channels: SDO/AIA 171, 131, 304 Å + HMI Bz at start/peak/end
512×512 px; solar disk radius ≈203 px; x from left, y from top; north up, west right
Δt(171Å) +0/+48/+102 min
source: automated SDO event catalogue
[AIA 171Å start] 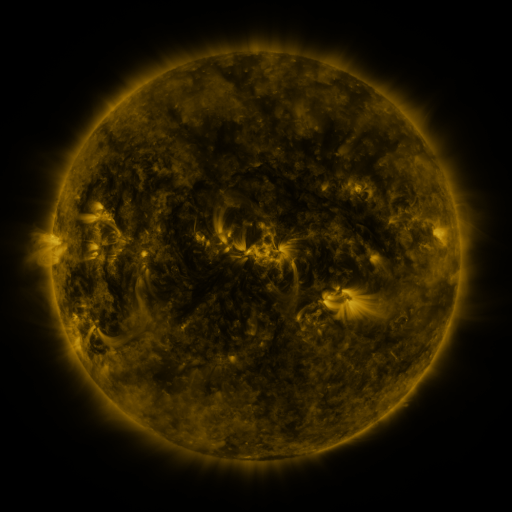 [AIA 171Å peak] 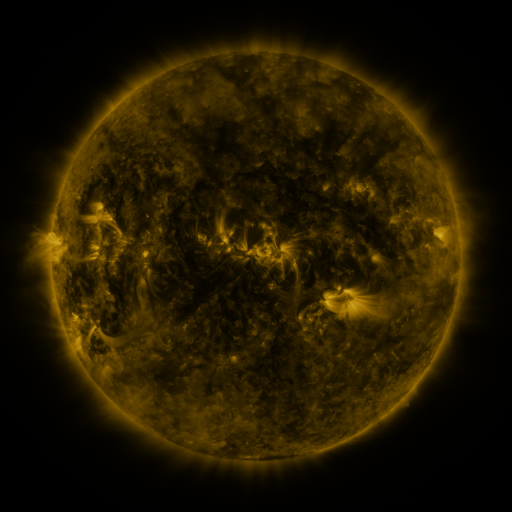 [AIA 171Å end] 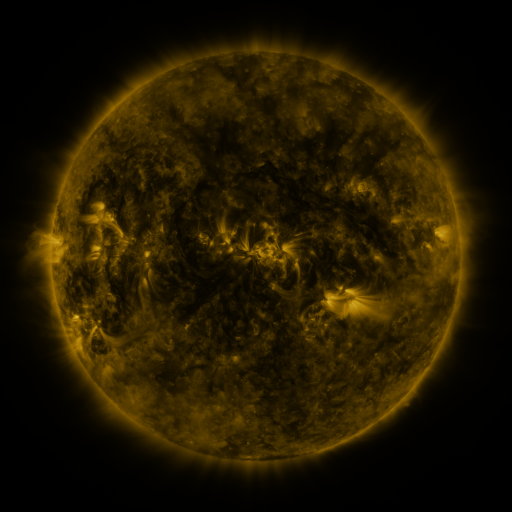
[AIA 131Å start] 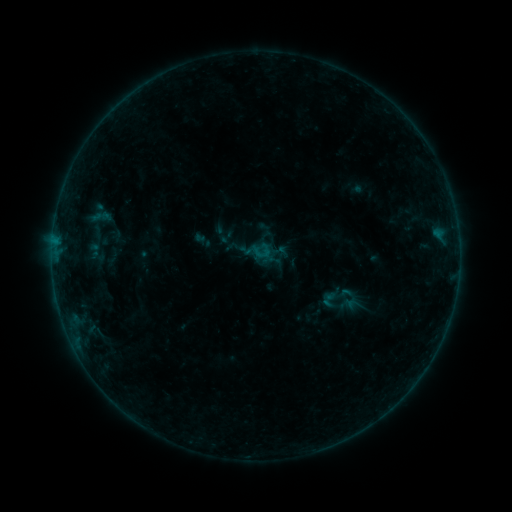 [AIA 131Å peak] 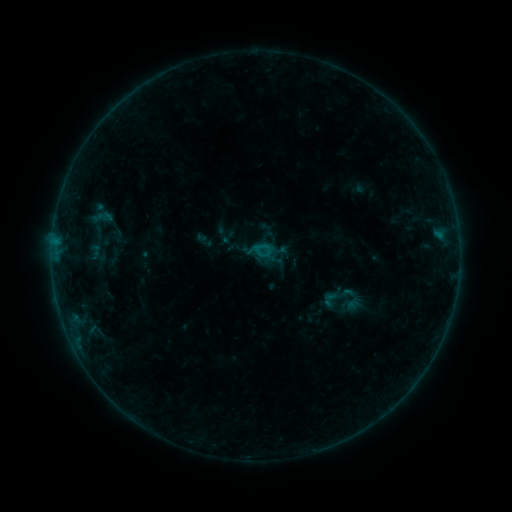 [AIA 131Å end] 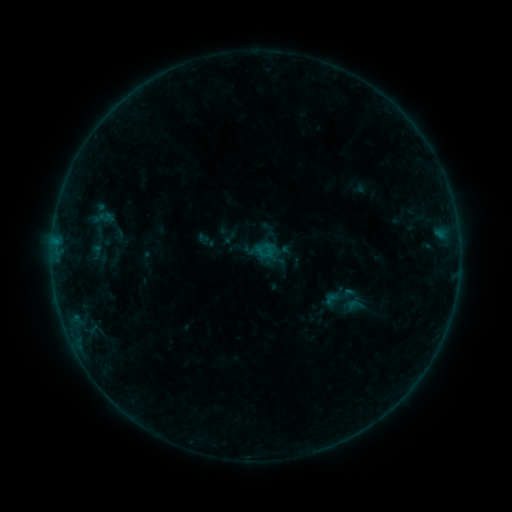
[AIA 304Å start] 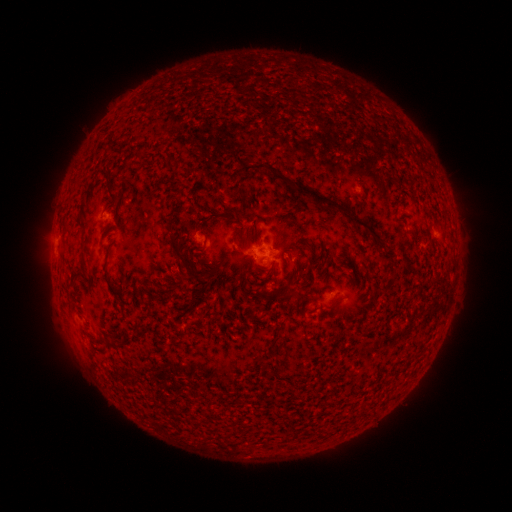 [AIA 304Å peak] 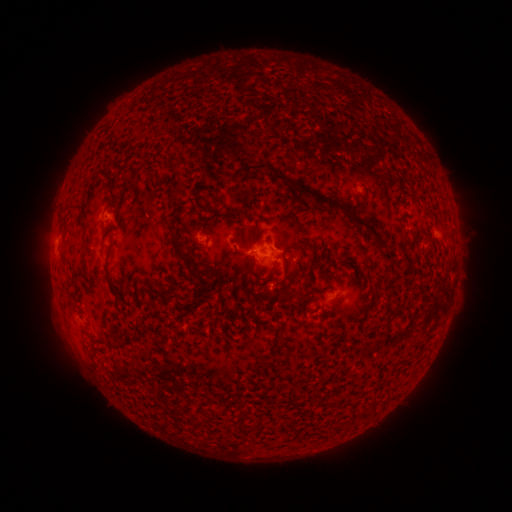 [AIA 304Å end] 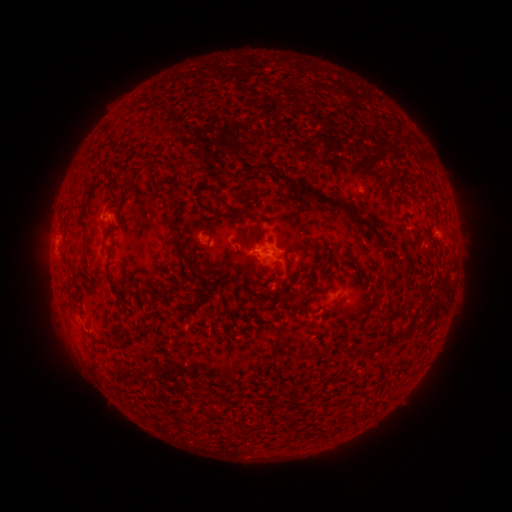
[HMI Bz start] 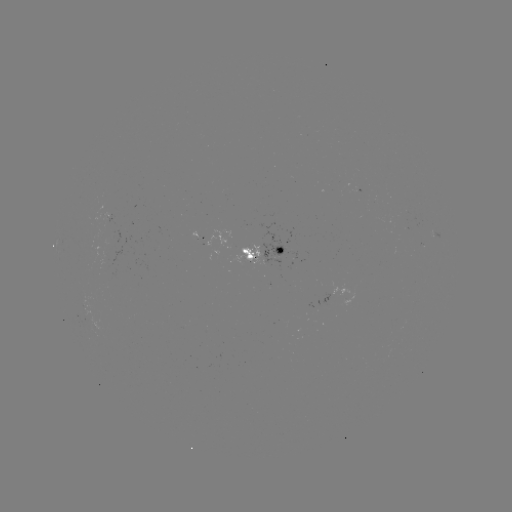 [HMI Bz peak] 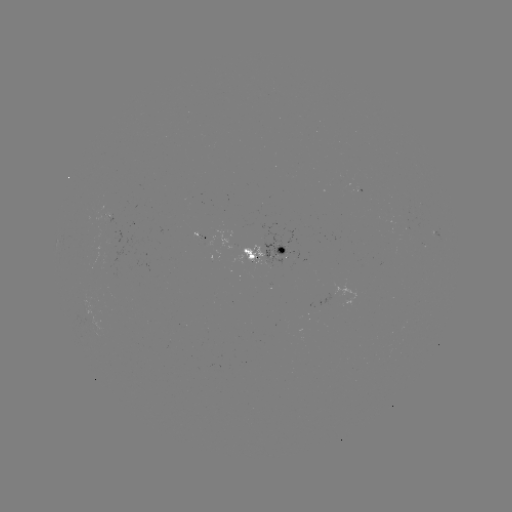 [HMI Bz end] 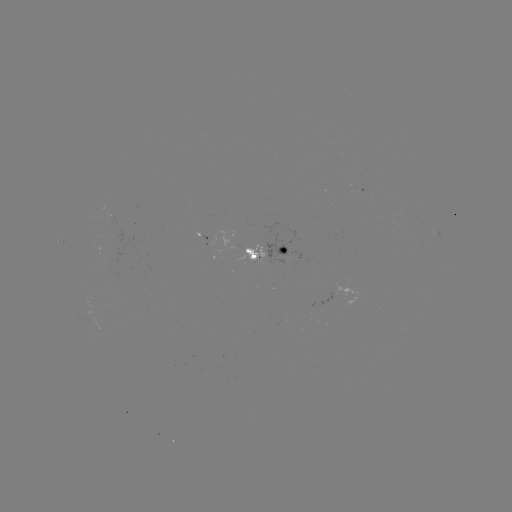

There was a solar flare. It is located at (256, 246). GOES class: B3.5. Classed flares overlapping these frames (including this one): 1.